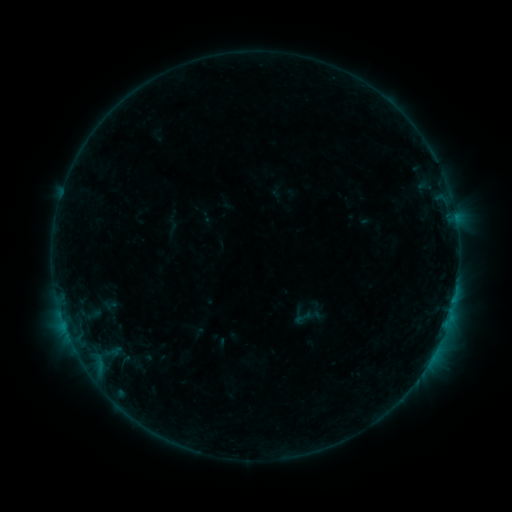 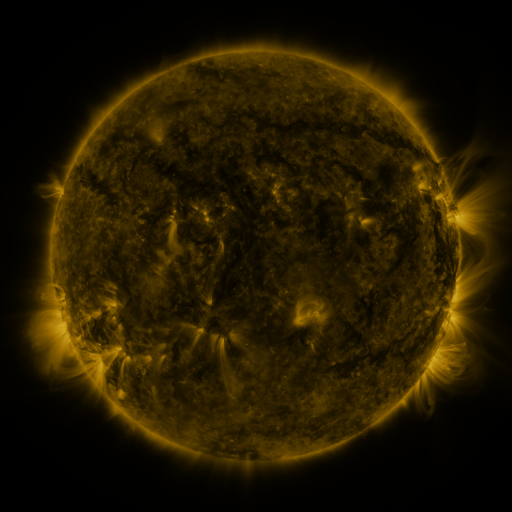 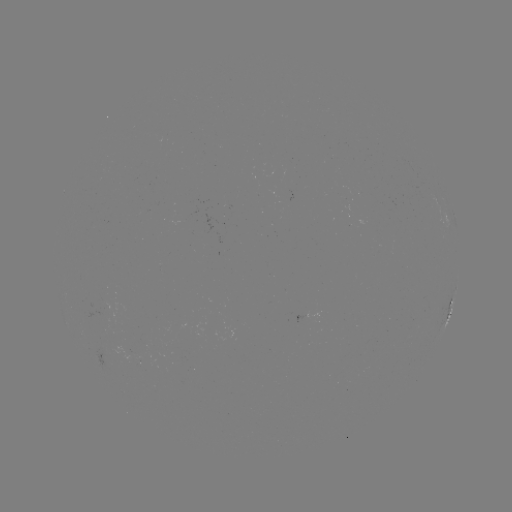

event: sigmoid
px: (302, 318)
